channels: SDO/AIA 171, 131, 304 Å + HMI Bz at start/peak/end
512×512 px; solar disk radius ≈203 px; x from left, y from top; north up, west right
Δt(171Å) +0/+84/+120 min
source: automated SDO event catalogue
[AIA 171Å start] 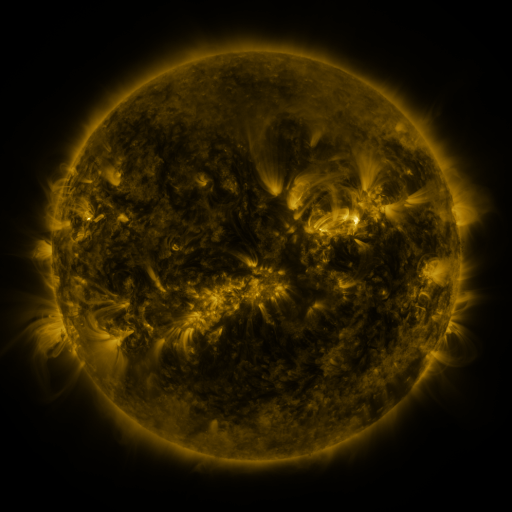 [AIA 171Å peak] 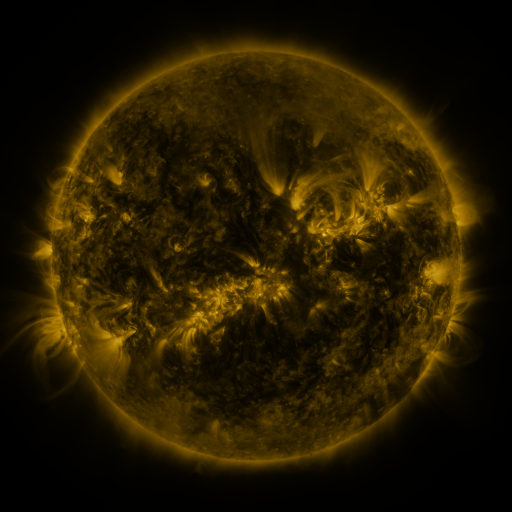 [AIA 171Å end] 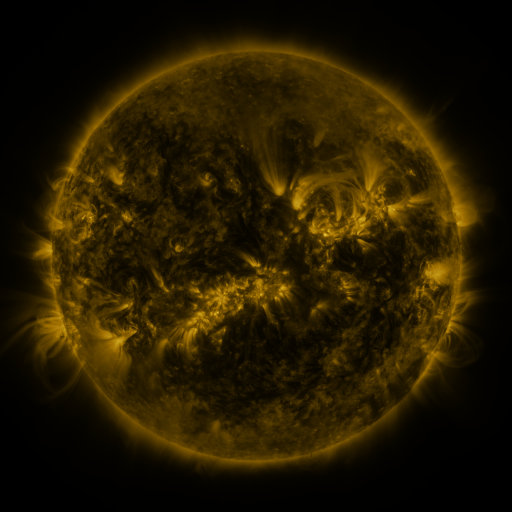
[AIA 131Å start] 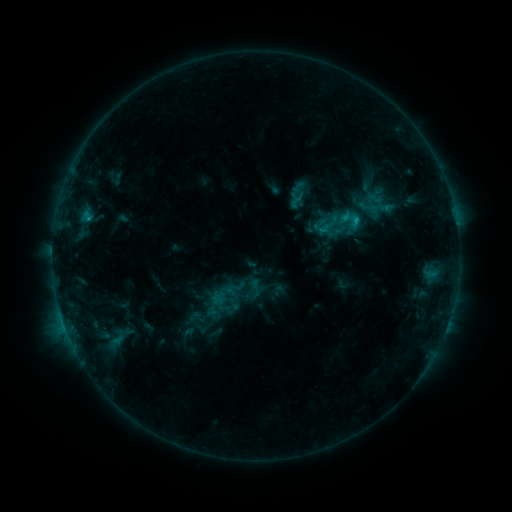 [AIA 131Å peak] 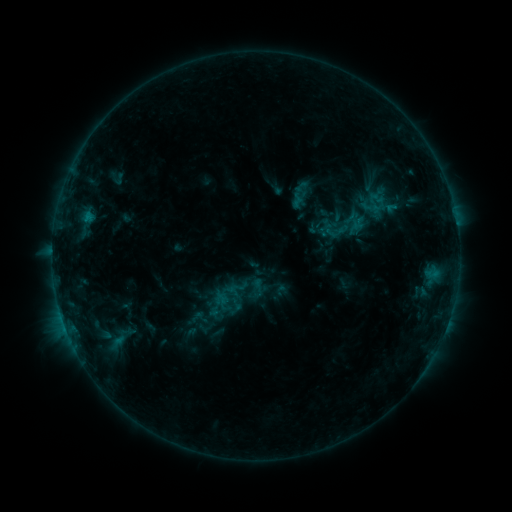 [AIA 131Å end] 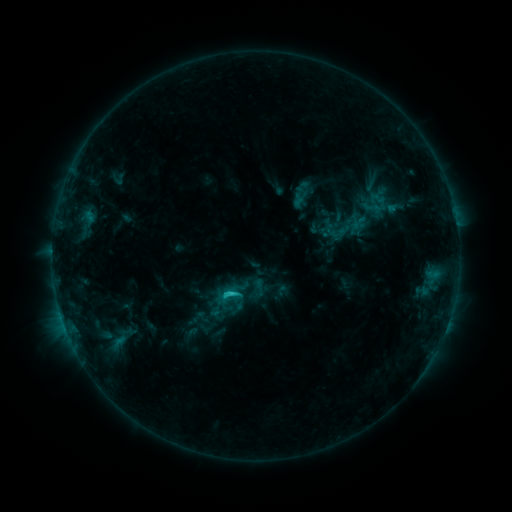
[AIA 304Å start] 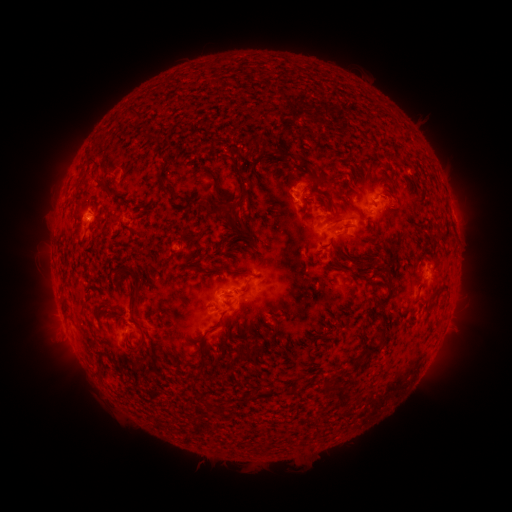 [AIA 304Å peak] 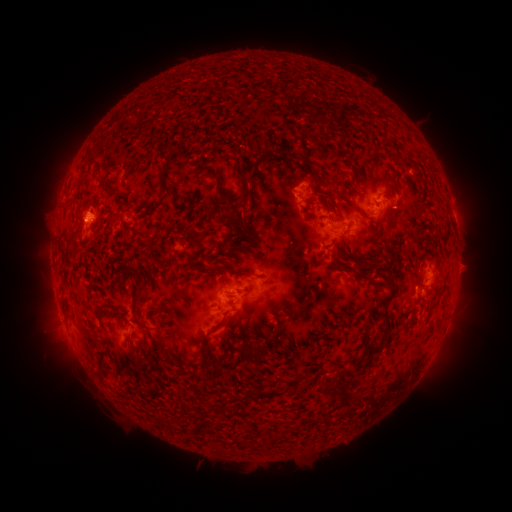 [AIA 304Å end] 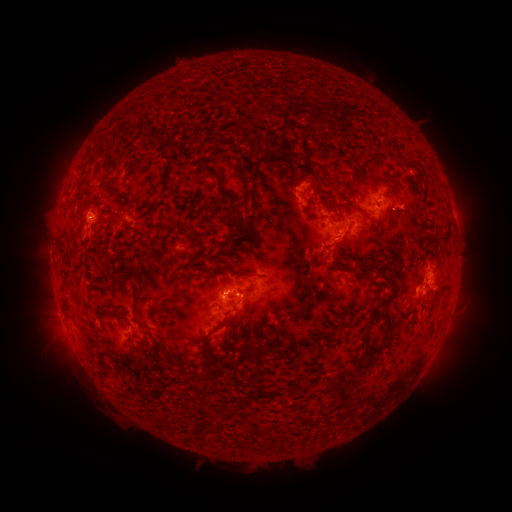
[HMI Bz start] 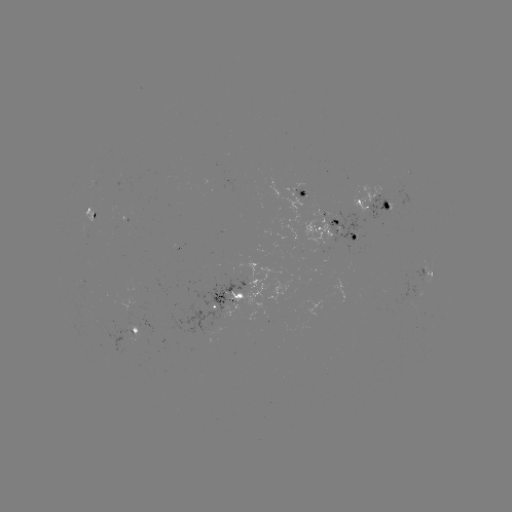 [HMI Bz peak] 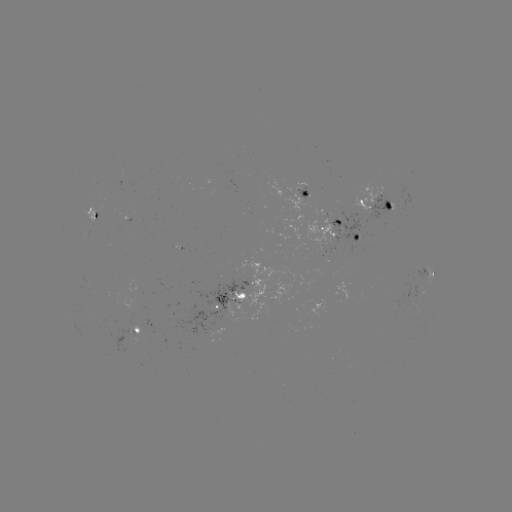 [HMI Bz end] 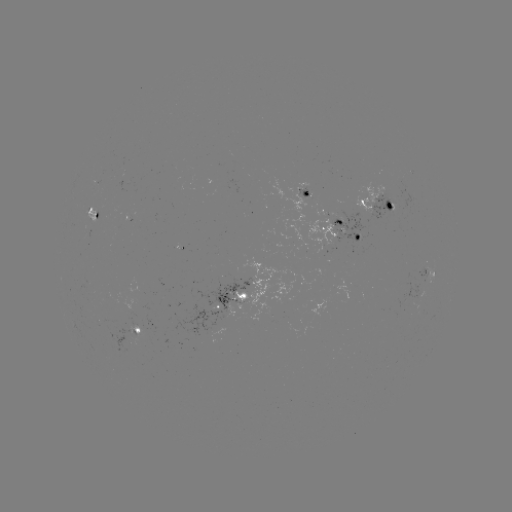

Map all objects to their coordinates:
emerging-flux region: (182, 245)
